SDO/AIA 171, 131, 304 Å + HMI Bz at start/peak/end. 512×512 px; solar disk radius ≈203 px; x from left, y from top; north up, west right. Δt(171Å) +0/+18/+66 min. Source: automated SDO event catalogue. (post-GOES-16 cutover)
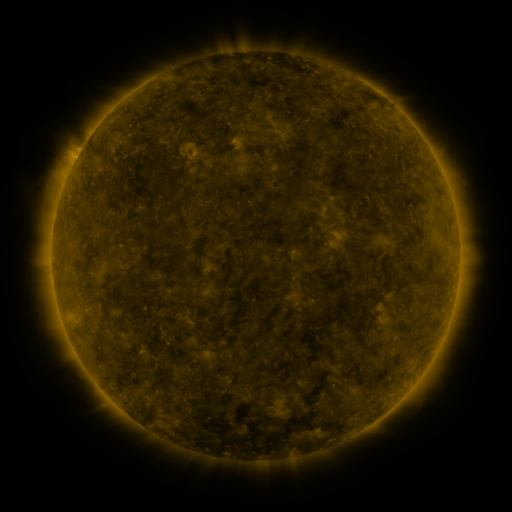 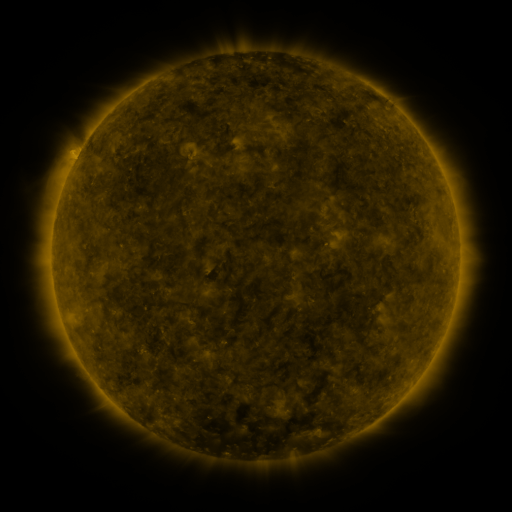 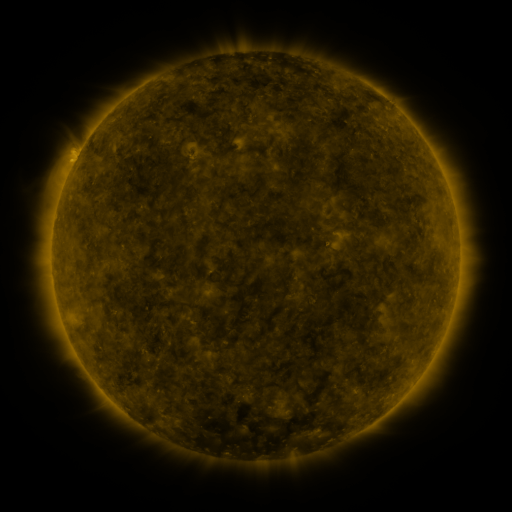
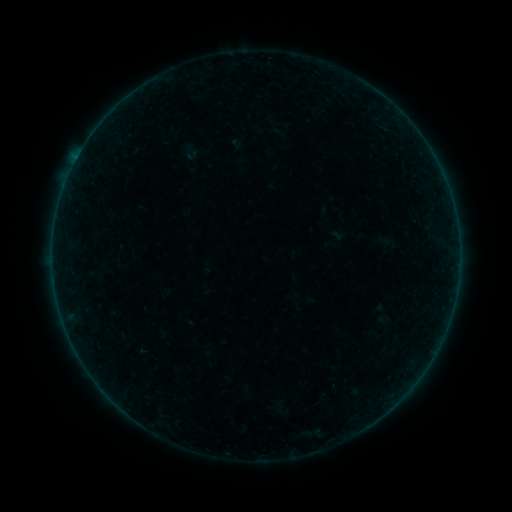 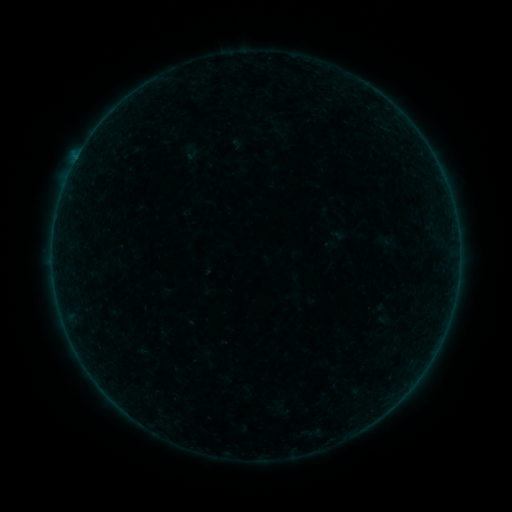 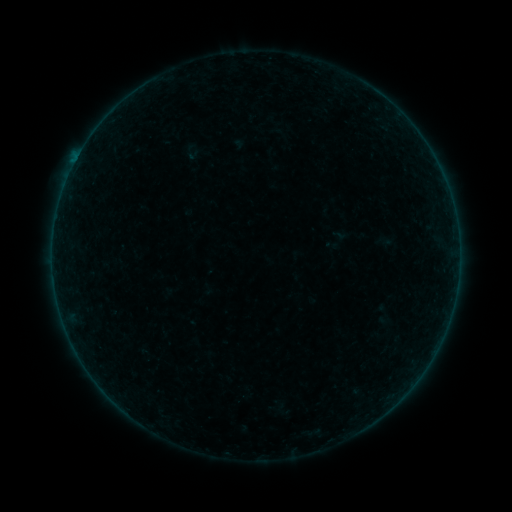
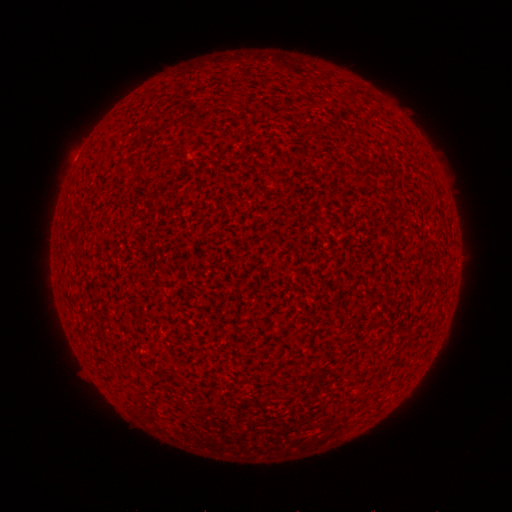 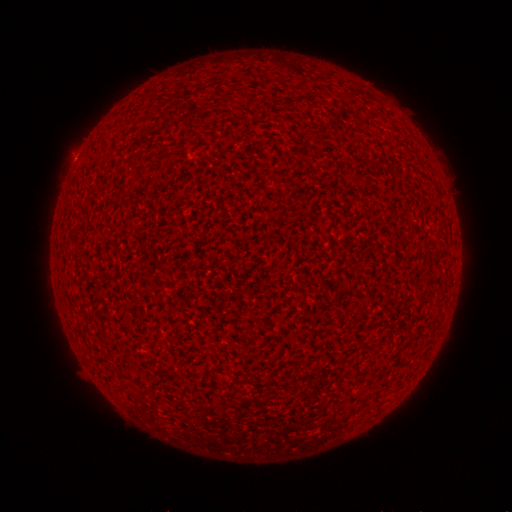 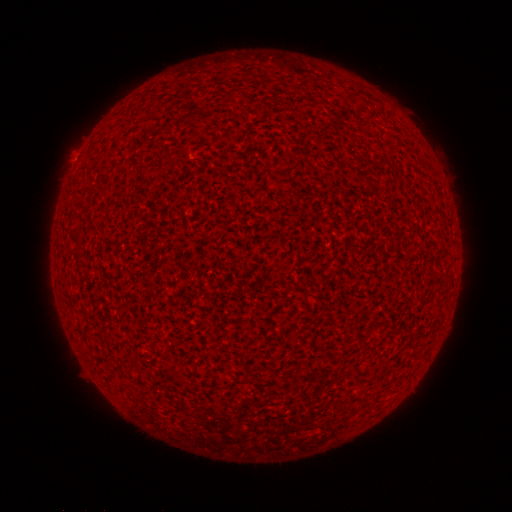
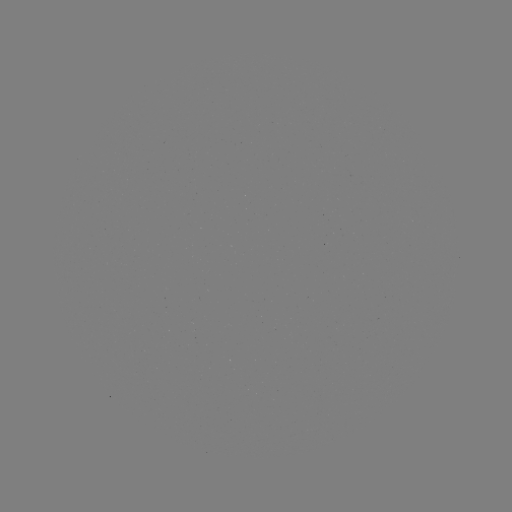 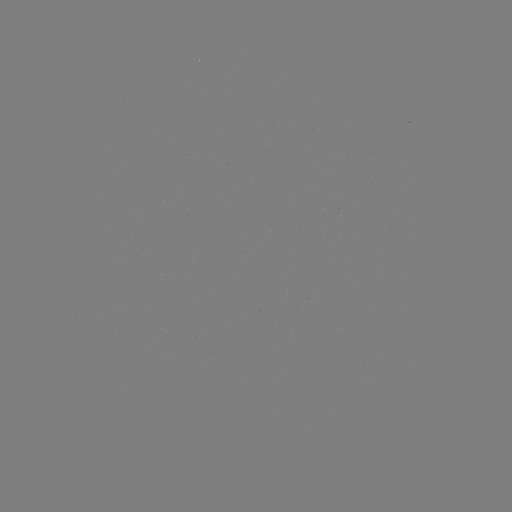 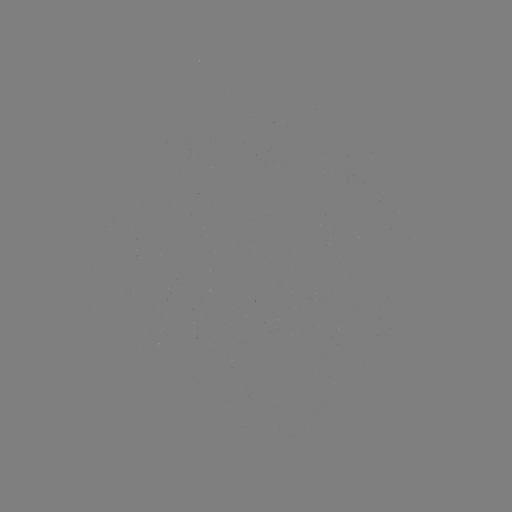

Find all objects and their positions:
A2.9 flare: (75, 162)
